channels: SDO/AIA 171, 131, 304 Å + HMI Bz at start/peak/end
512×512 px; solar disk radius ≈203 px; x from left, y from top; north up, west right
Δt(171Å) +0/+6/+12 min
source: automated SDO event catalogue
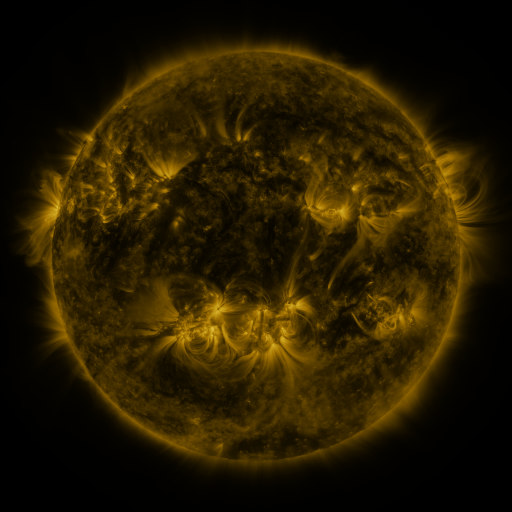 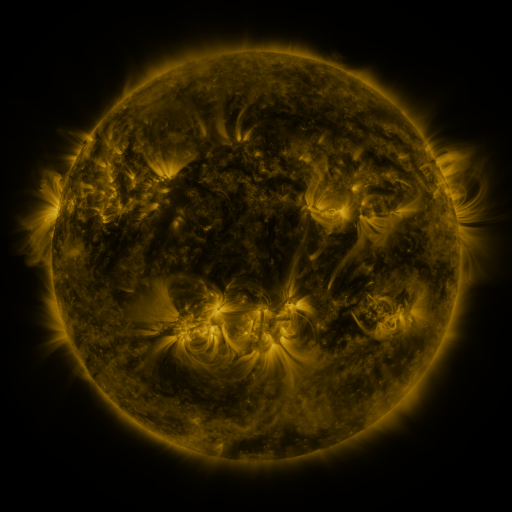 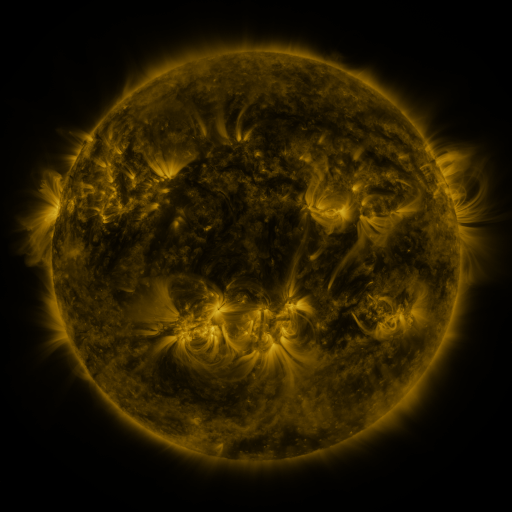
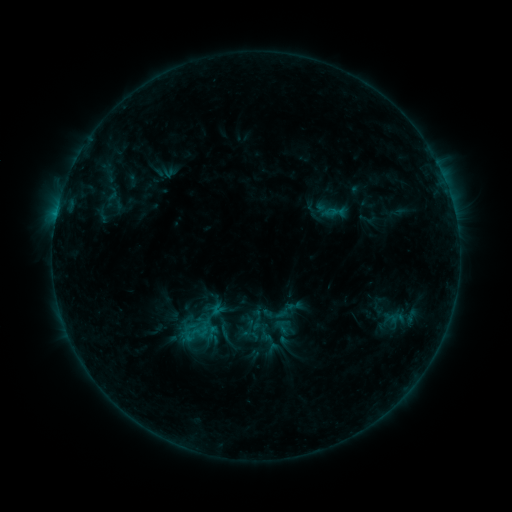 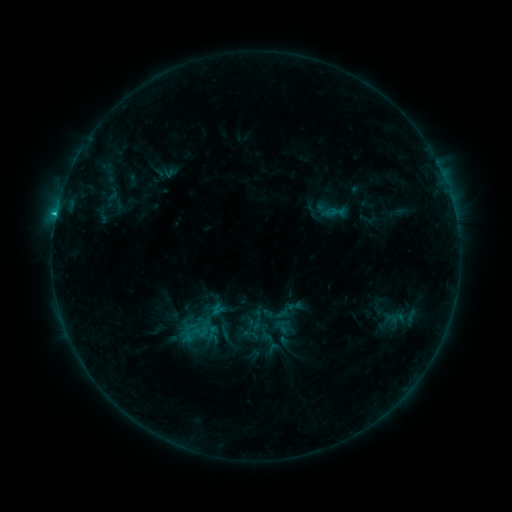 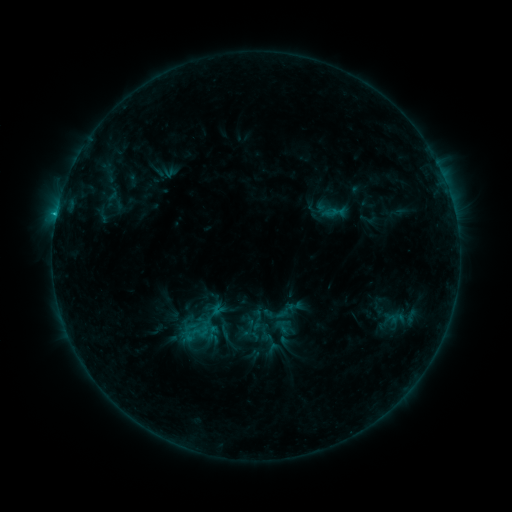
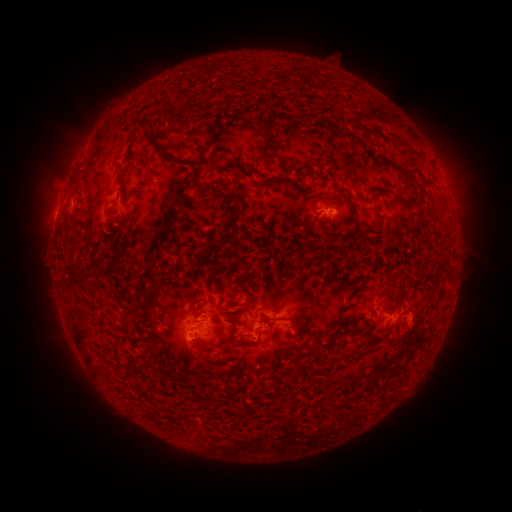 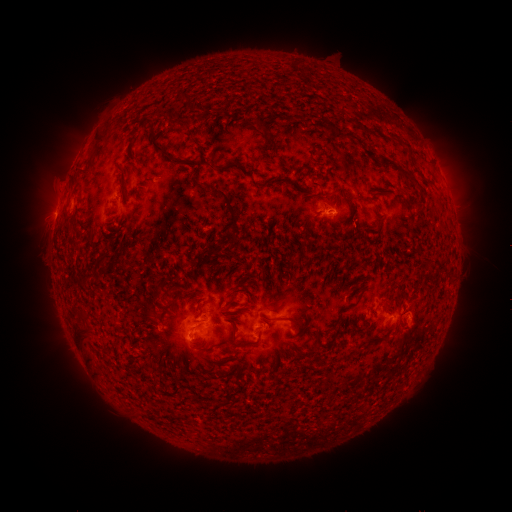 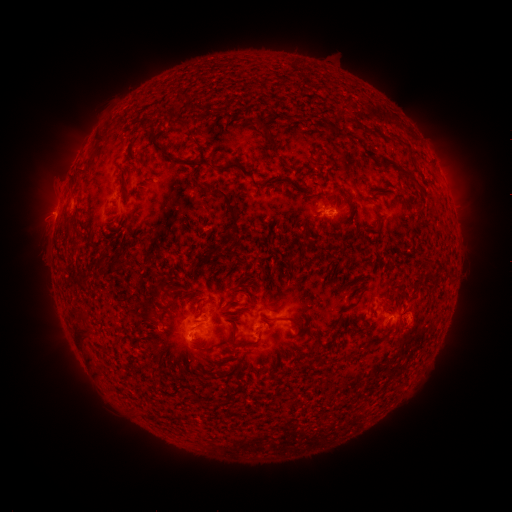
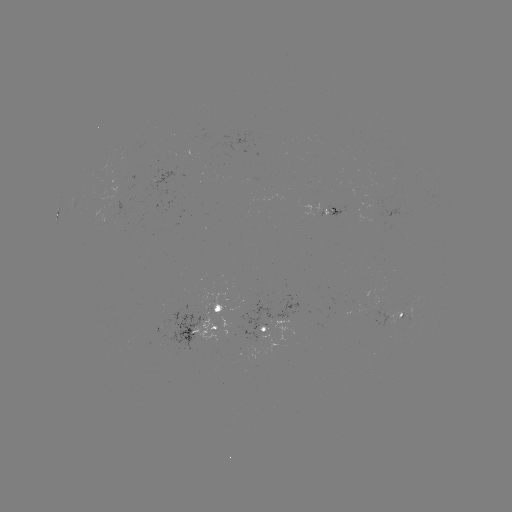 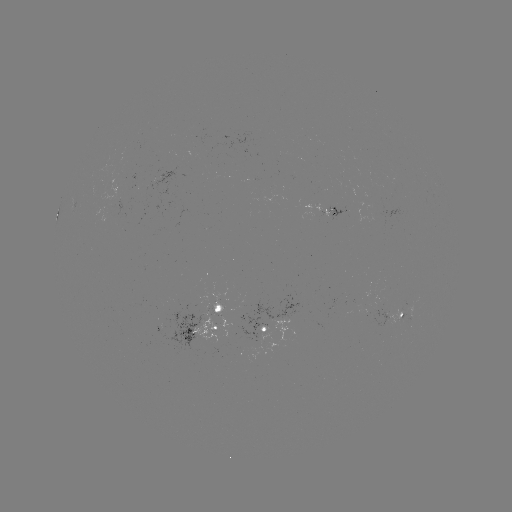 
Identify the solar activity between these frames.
B8.2 flare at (56, 217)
